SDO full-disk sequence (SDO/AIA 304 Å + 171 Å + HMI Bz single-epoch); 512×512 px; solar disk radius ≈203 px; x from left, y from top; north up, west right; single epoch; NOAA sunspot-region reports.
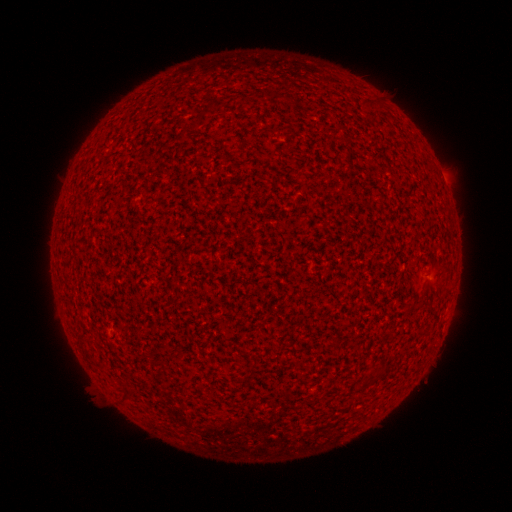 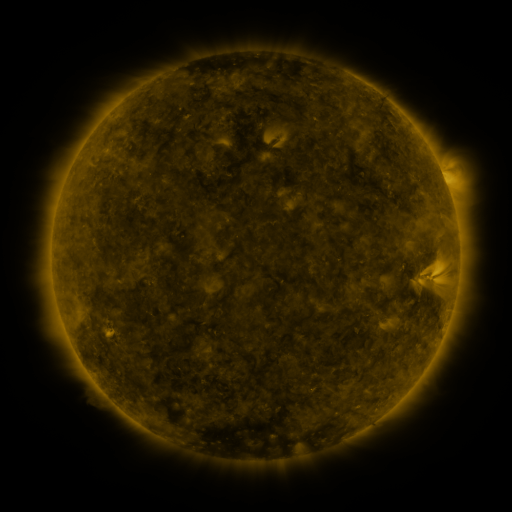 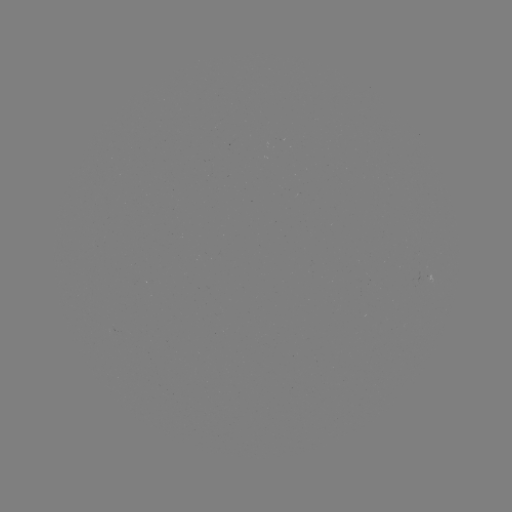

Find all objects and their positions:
(none)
